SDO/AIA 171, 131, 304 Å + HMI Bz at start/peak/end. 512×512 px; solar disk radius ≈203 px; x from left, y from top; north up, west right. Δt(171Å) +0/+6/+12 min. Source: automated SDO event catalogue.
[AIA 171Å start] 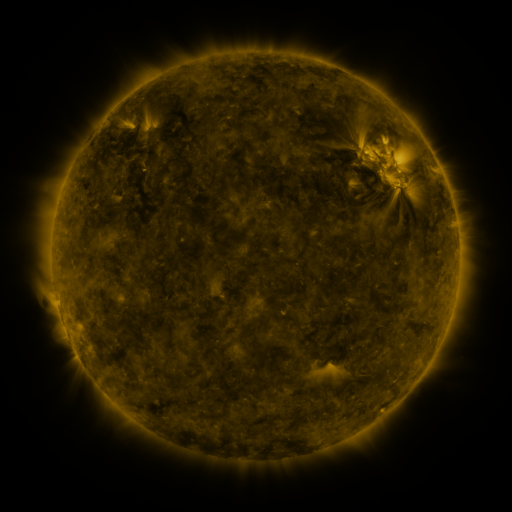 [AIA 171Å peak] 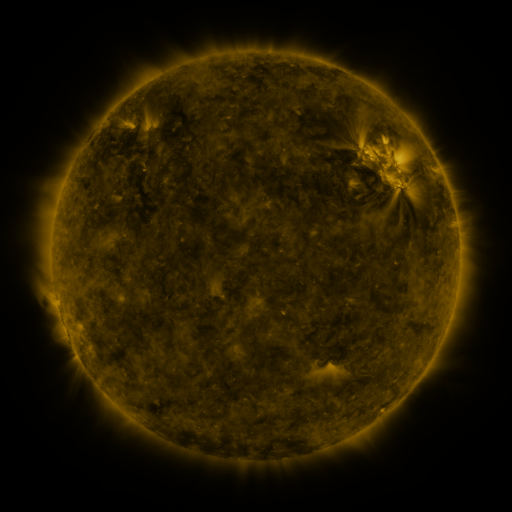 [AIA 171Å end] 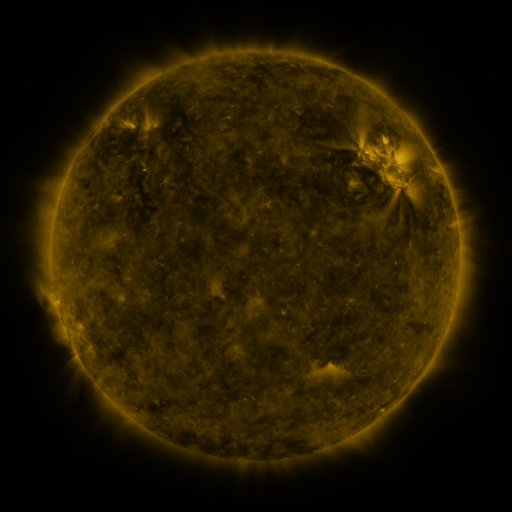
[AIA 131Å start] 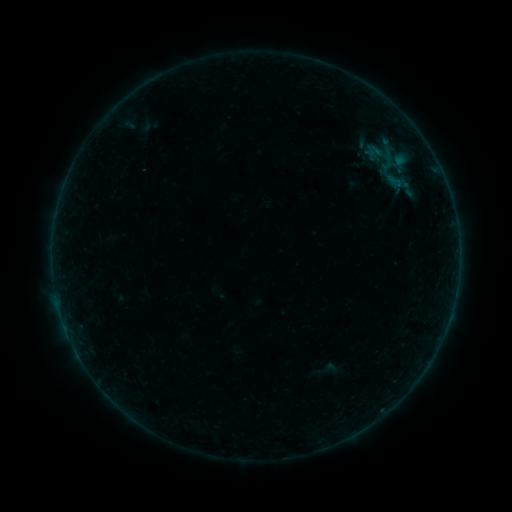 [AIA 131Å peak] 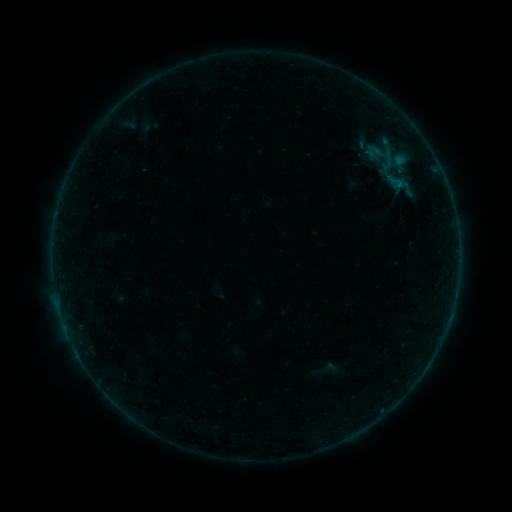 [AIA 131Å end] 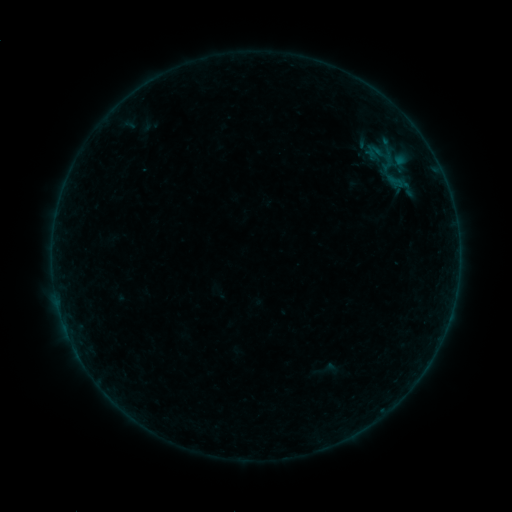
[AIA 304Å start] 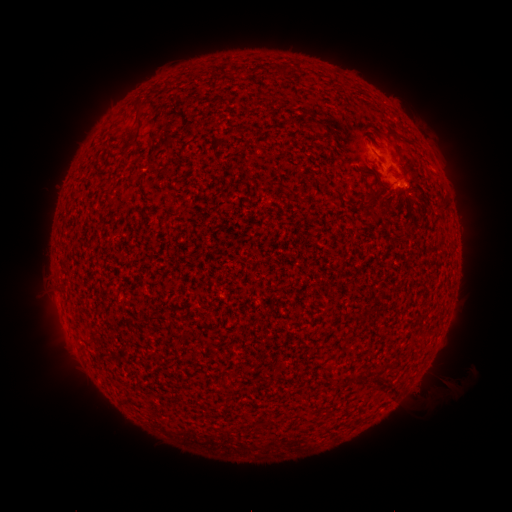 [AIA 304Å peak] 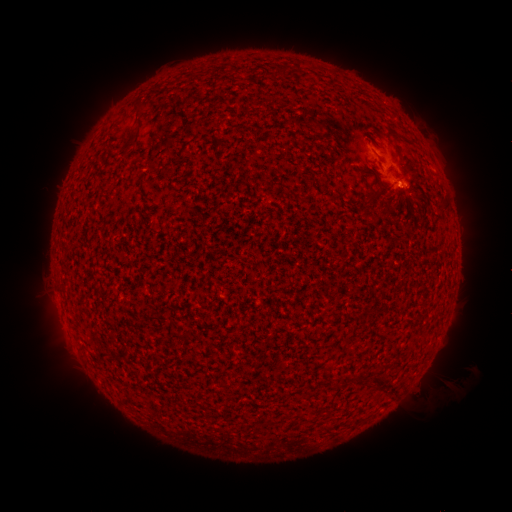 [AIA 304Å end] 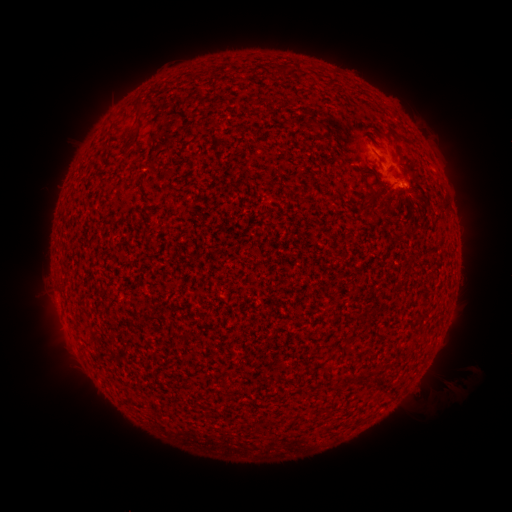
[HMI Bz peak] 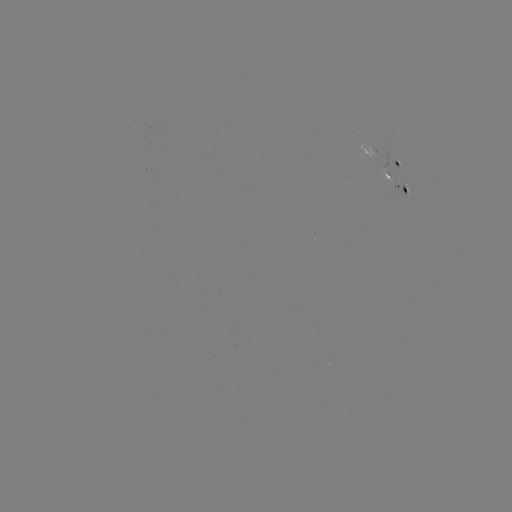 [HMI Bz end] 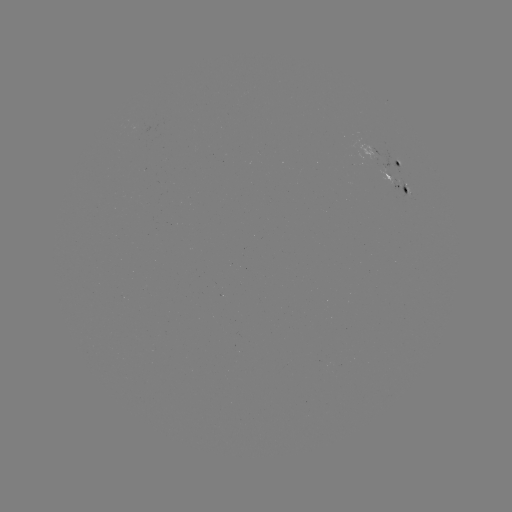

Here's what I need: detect B1.0 flare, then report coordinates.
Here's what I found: B1.0 flare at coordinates [399, 187].